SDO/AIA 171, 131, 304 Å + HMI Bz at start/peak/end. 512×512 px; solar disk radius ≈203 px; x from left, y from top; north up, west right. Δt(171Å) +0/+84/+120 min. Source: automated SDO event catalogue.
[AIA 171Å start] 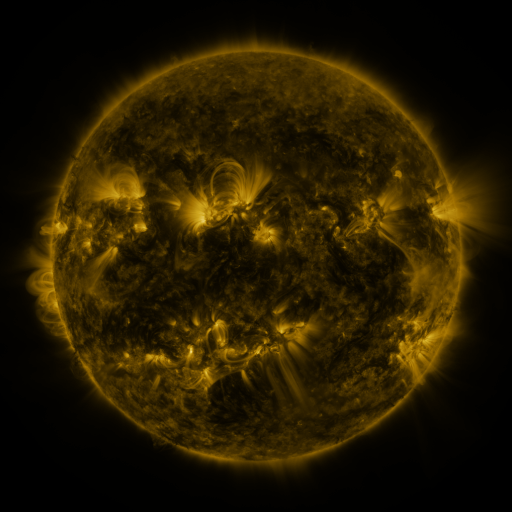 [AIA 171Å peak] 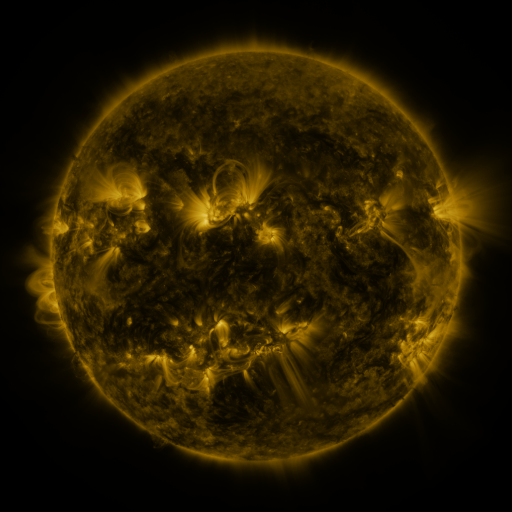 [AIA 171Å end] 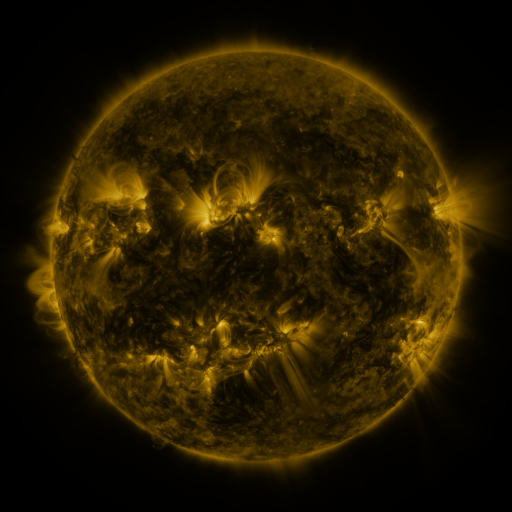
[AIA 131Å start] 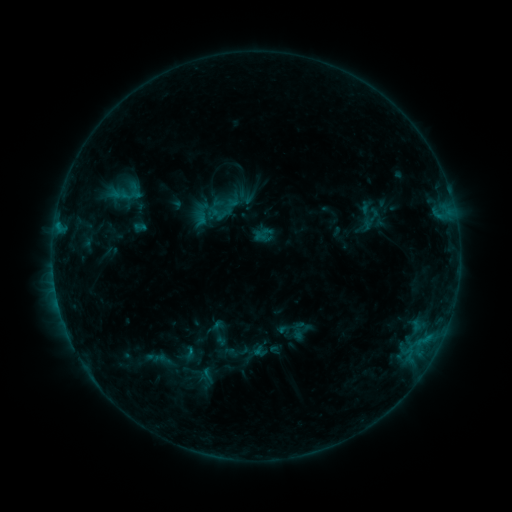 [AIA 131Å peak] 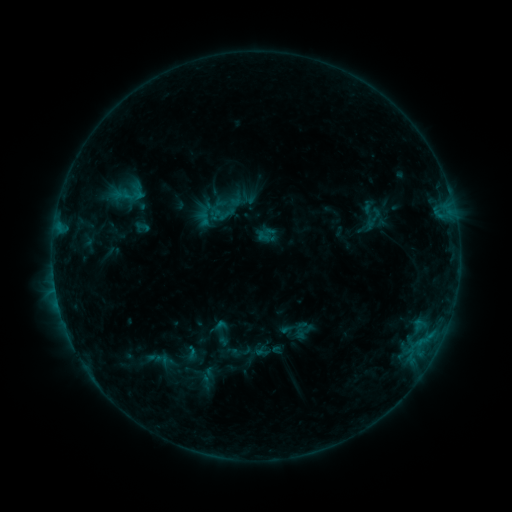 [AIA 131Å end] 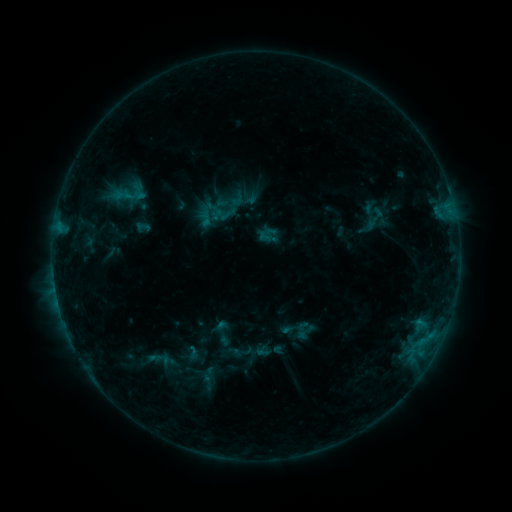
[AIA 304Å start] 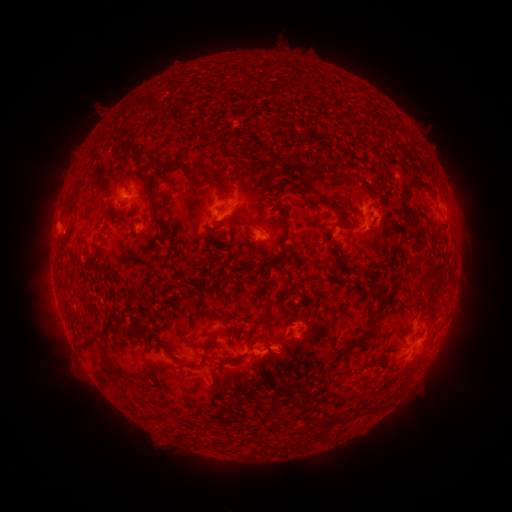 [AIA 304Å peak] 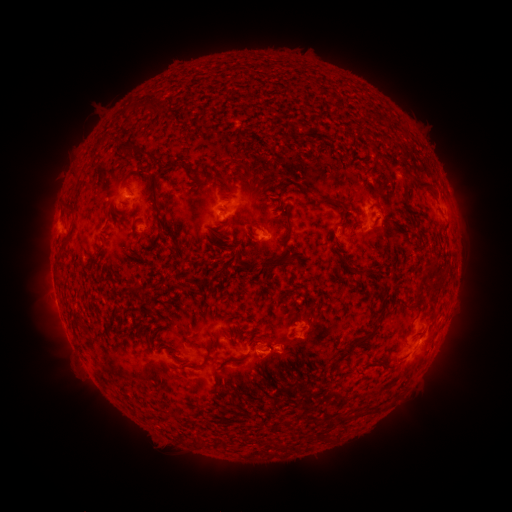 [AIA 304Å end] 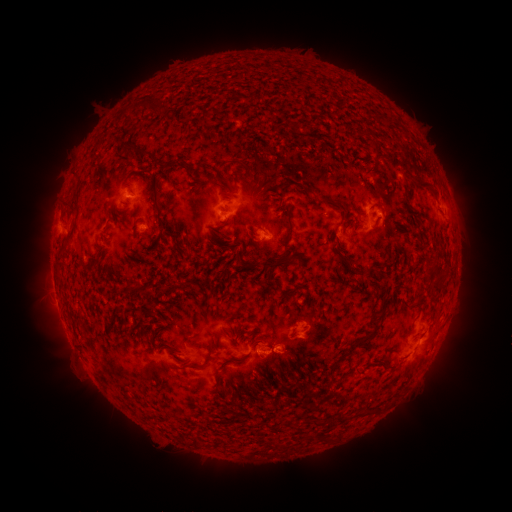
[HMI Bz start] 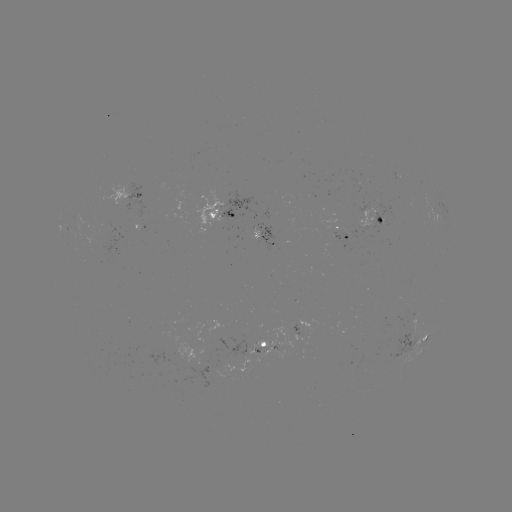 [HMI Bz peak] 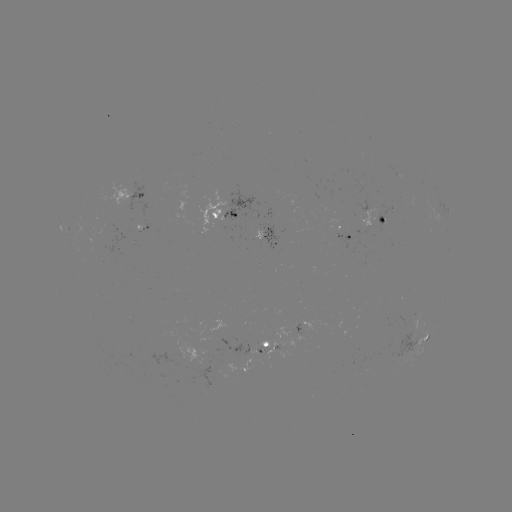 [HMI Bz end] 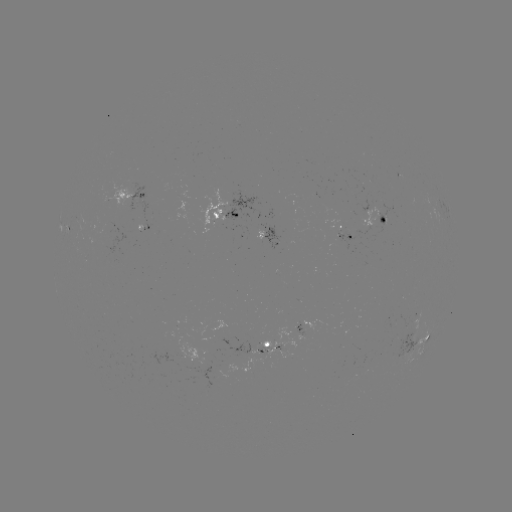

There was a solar emerging-flux region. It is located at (142, 223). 